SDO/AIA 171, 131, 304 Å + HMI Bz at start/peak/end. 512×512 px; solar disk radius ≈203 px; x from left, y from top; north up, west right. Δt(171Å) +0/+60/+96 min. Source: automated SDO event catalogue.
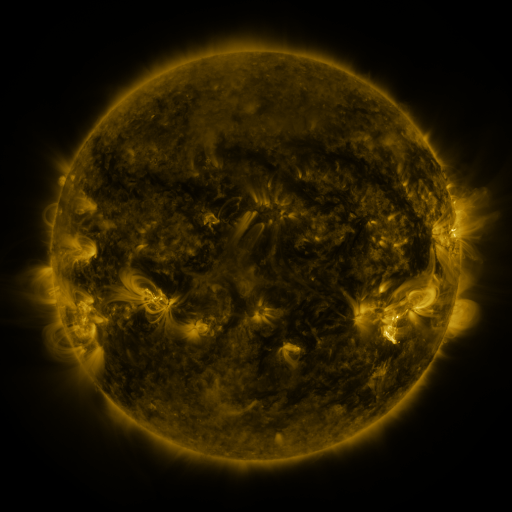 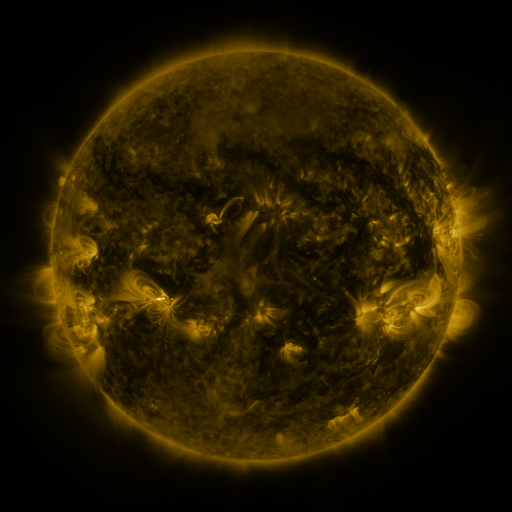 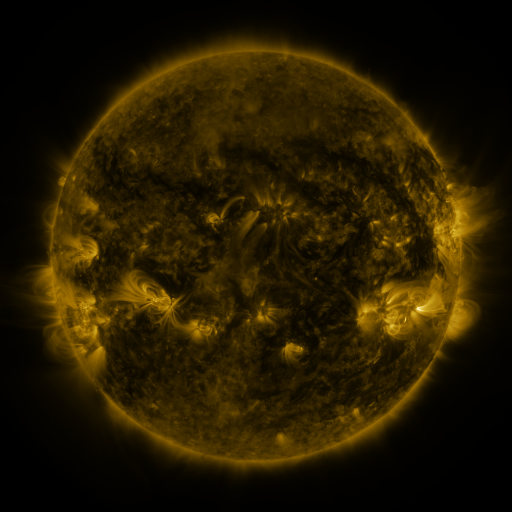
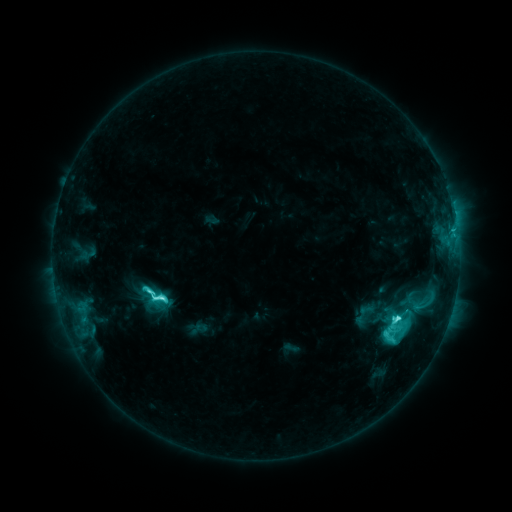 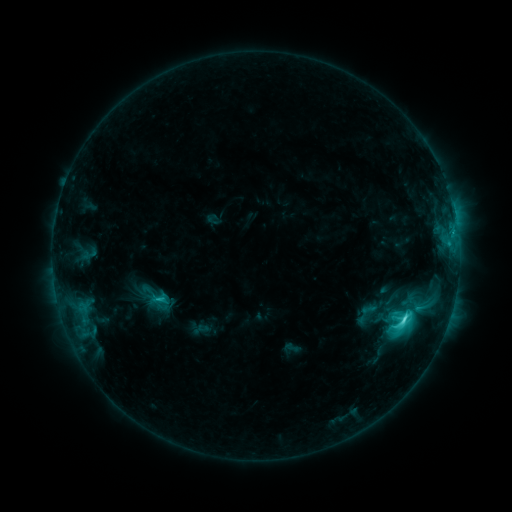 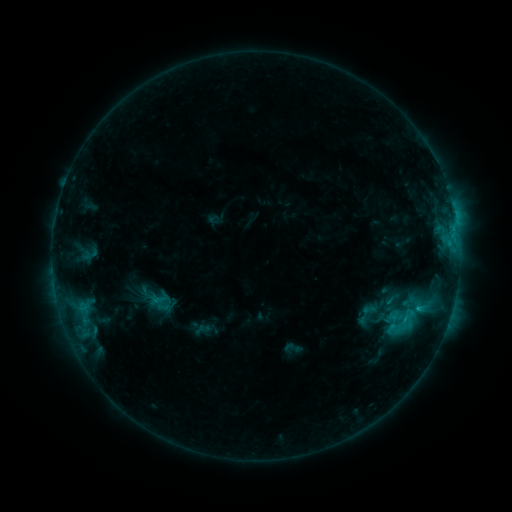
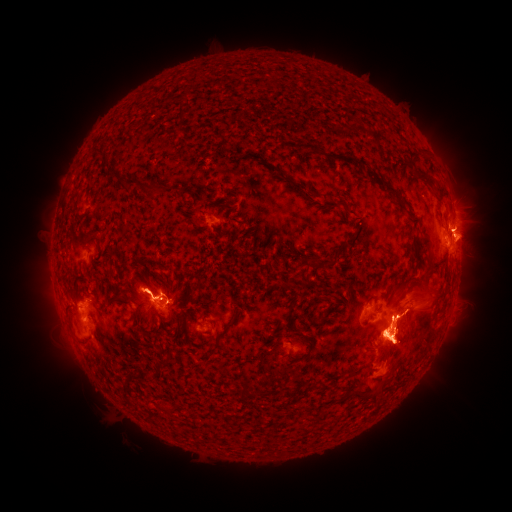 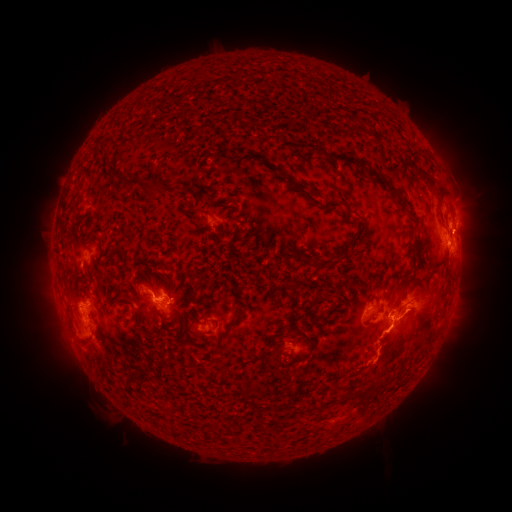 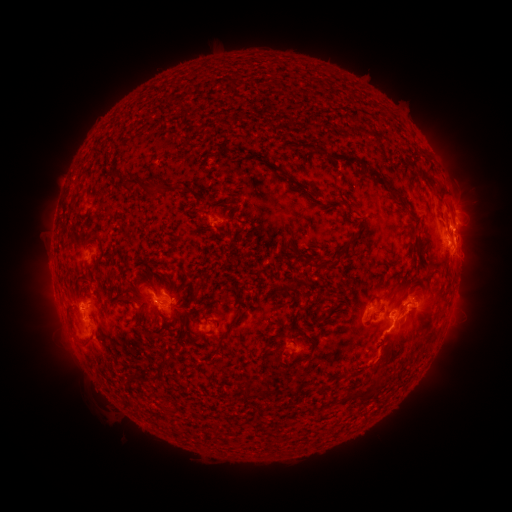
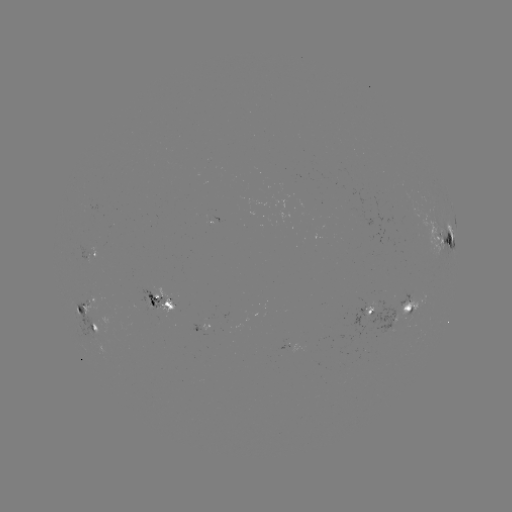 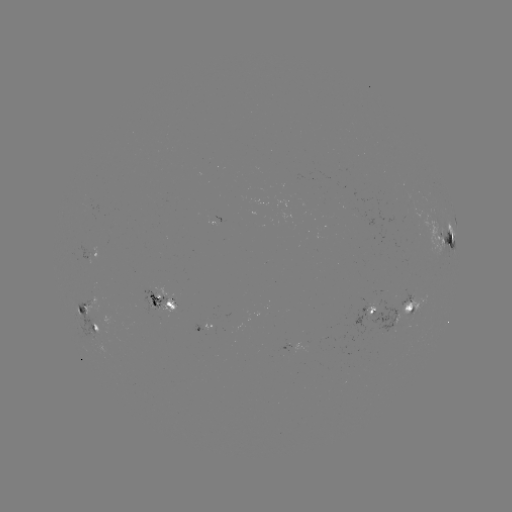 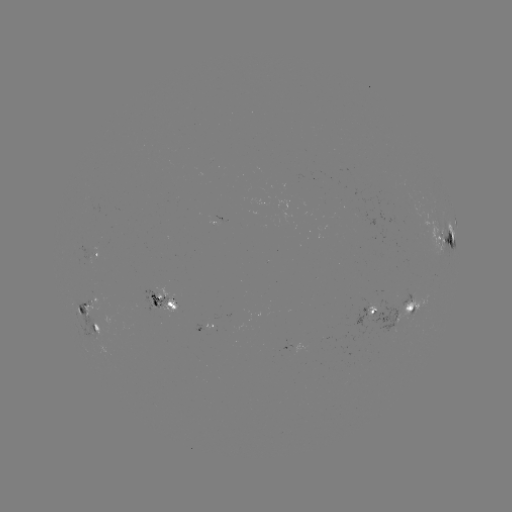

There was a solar emerging-flux region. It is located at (411, 309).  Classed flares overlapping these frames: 1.